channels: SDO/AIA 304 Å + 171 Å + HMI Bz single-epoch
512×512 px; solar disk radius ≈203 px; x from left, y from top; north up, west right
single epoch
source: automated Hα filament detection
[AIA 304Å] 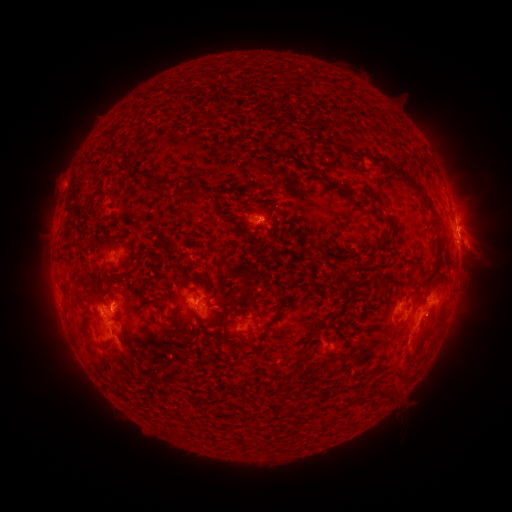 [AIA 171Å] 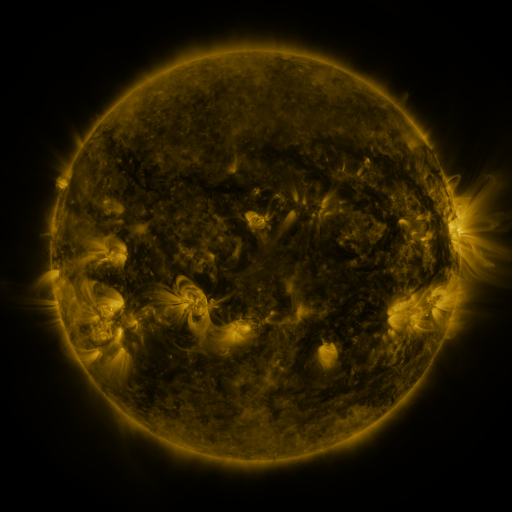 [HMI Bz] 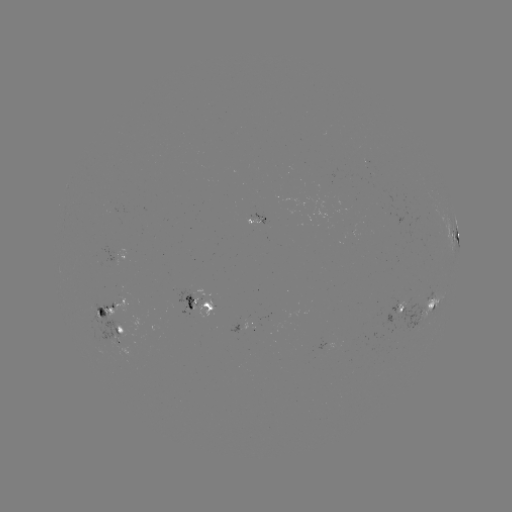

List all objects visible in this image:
filament: (142, 172)
filament: (404, 178)
filament: (160, 183)
filament: (184, 189)
filament: (194, 189)
filament: (366, 198)
filament: (124, 234)
filament: (370, 262)
filament: (353, 264)
filament: (243, 291)
filament: (160, 303)
filament: (208, 306)
filament: (431, 308)
filament: (100, 312)
filament: (274, 319)
filament: (341, 336)
filament: (259, 342)
filament: (95, 343)
filament: (398, 373)
filament: (381, 394)
